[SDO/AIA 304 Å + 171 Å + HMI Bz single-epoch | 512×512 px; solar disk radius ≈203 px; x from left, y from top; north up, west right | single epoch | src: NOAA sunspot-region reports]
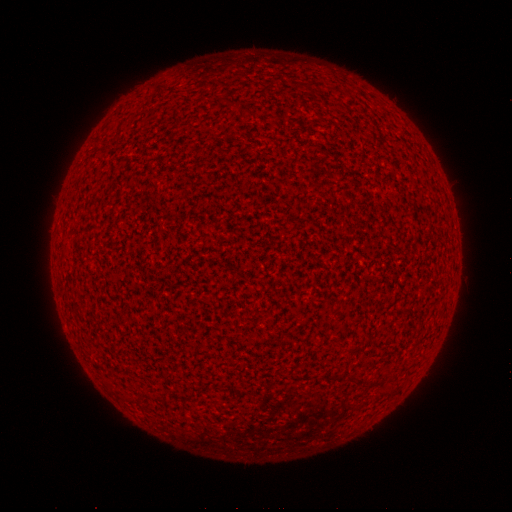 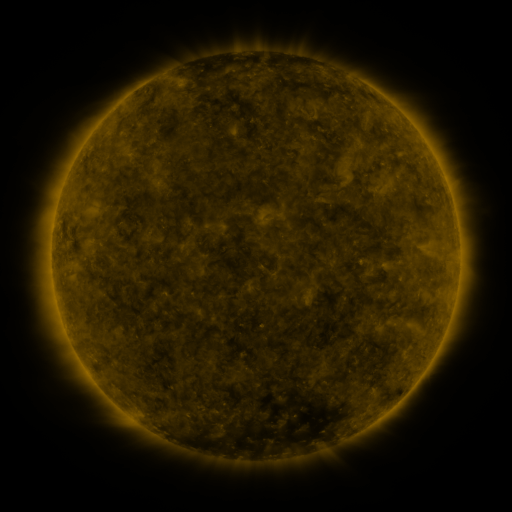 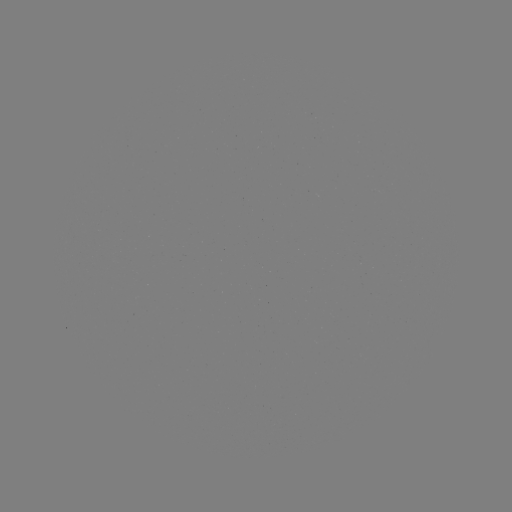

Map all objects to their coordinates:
(none)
